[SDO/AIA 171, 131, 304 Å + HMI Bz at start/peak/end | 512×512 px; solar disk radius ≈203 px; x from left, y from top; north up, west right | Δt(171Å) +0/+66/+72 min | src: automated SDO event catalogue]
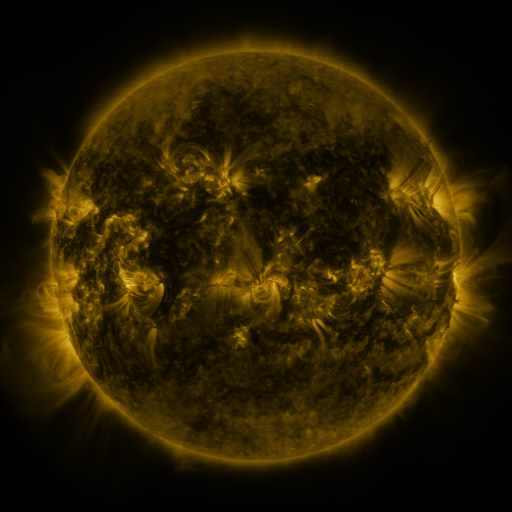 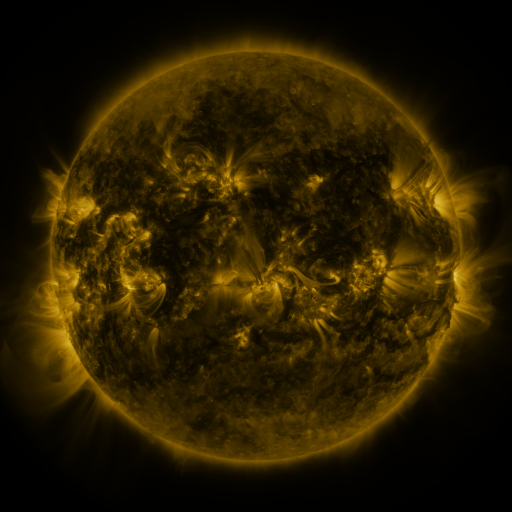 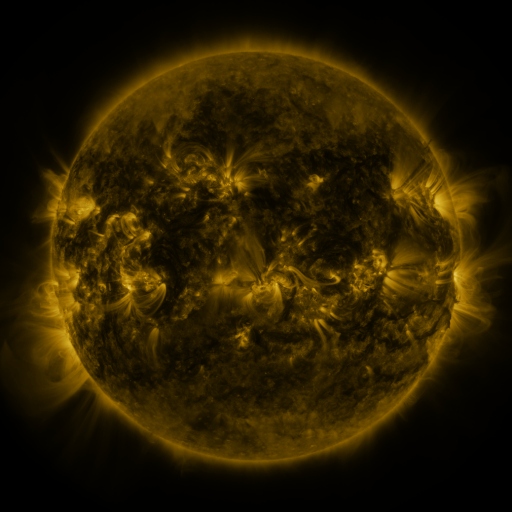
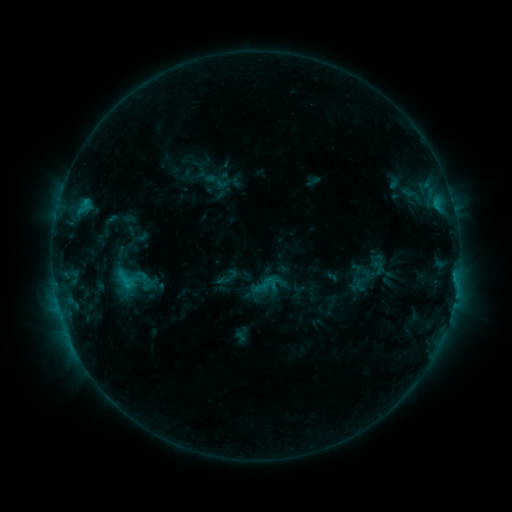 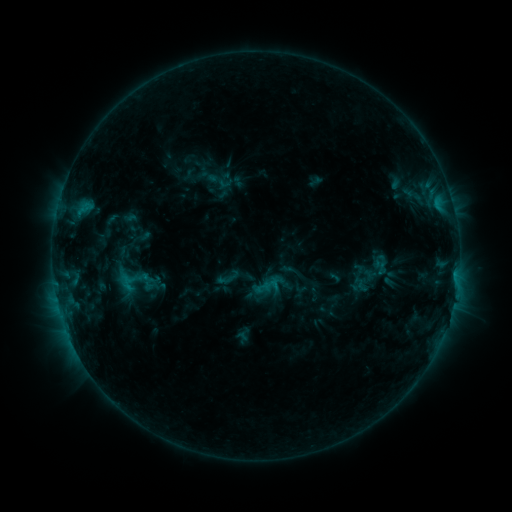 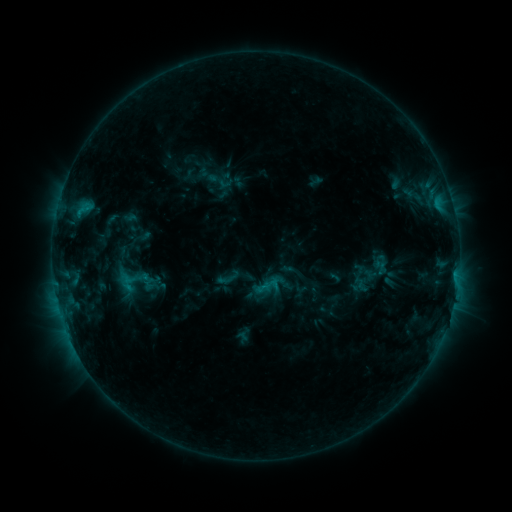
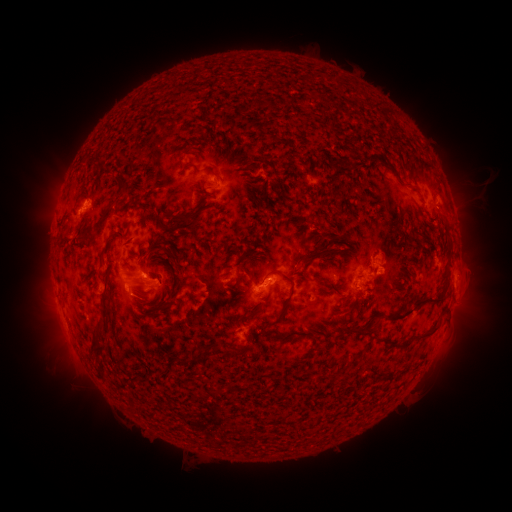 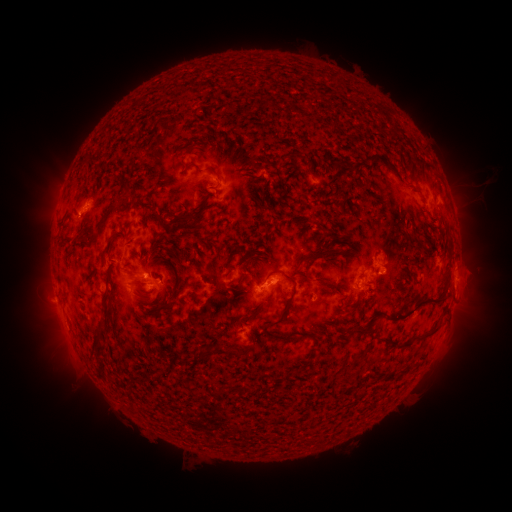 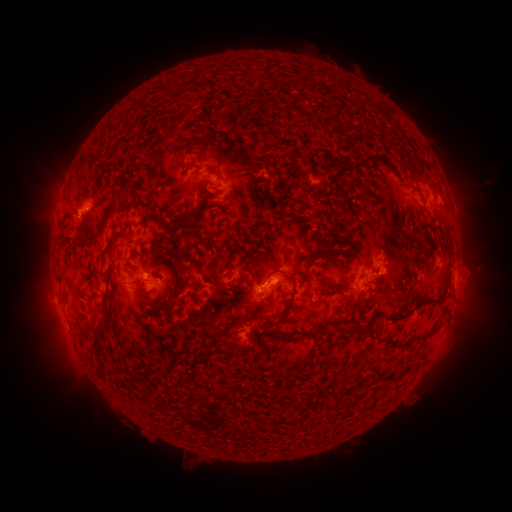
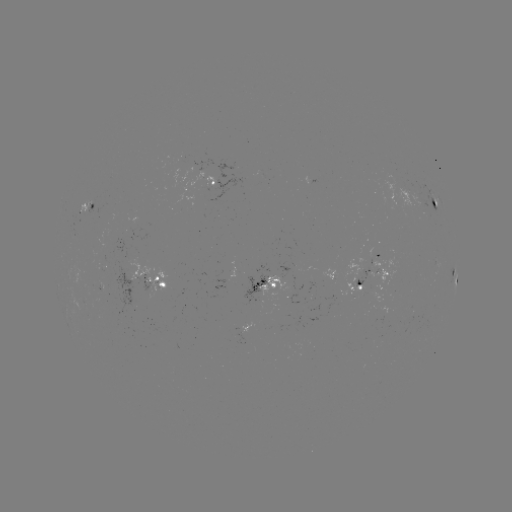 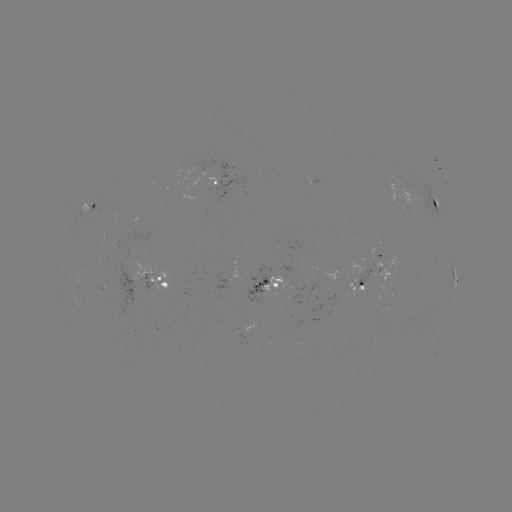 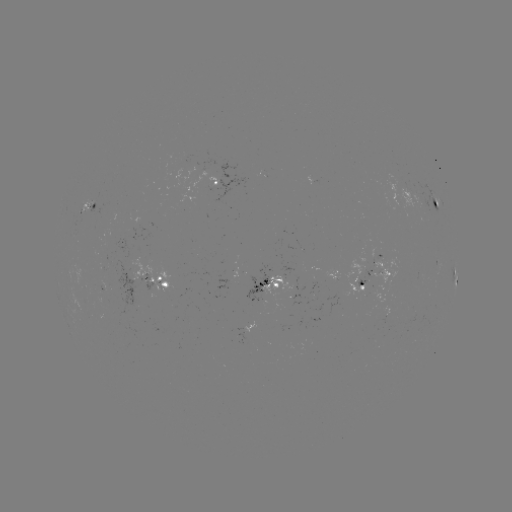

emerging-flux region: <bbox>244, 273, 269, 306</bbox>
